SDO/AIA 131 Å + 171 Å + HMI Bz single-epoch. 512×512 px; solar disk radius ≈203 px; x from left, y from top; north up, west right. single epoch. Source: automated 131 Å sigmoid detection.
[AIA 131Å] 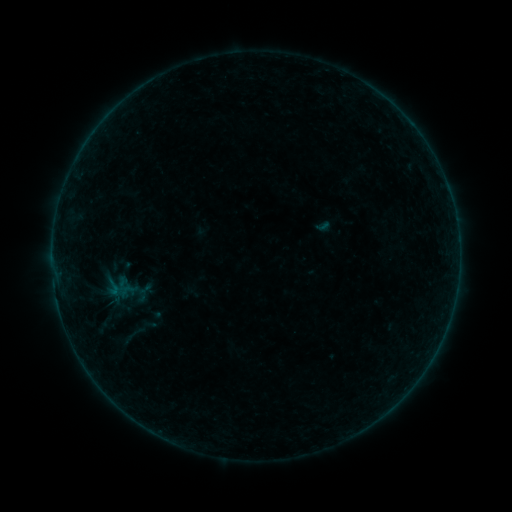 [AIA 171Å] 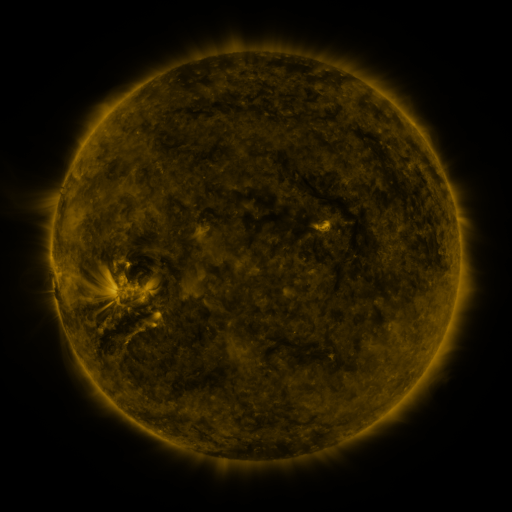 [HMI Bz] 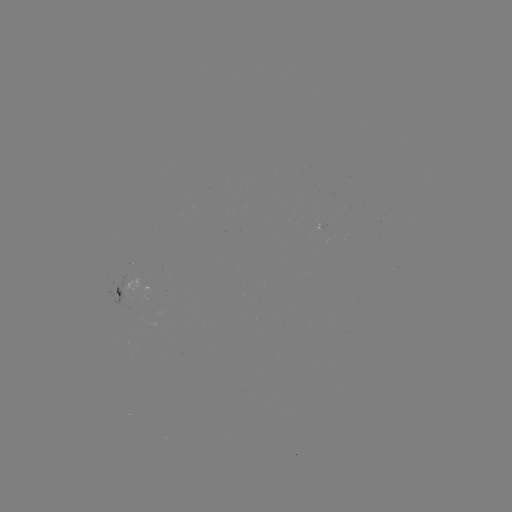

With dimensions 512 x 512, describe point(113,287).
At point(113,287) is sigmoid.